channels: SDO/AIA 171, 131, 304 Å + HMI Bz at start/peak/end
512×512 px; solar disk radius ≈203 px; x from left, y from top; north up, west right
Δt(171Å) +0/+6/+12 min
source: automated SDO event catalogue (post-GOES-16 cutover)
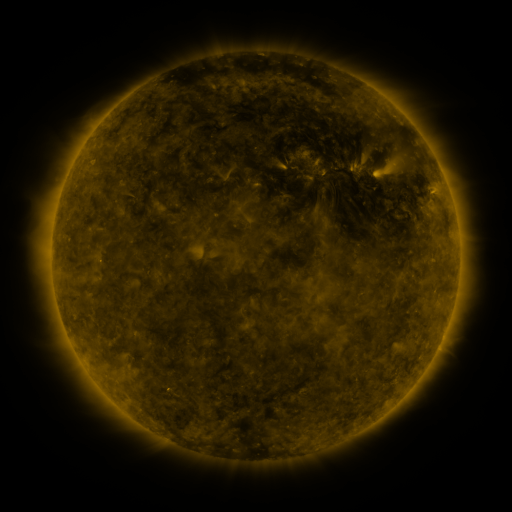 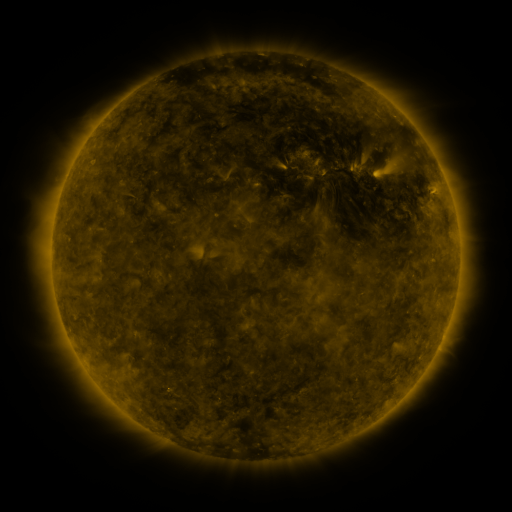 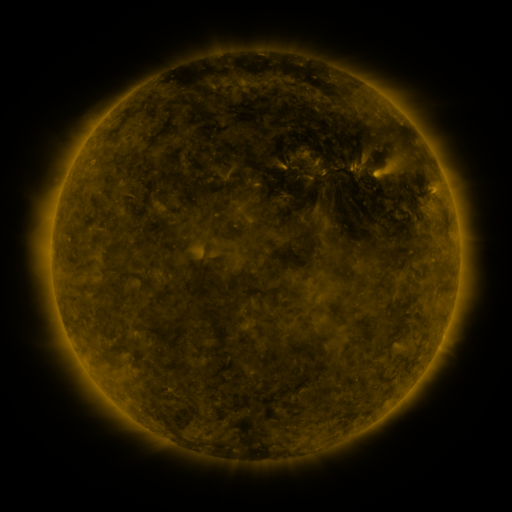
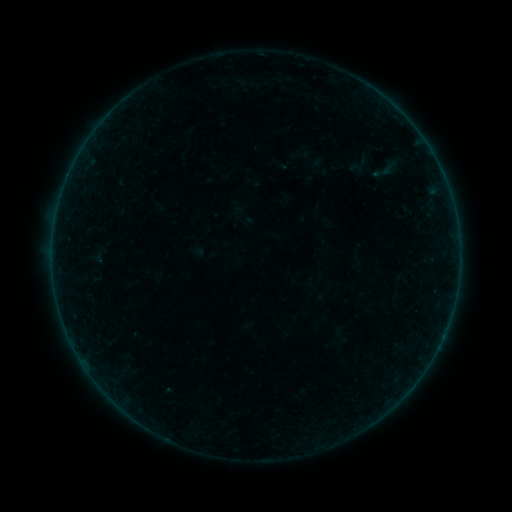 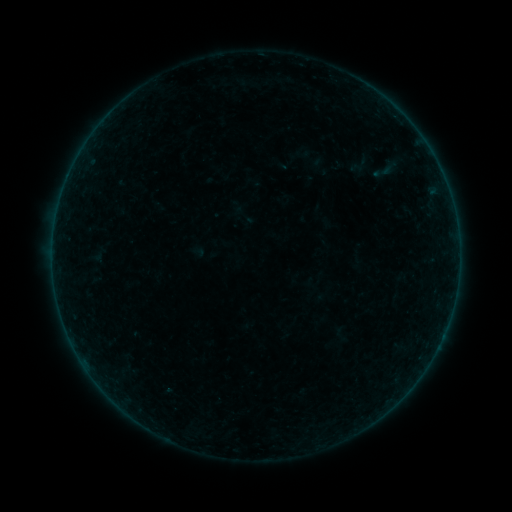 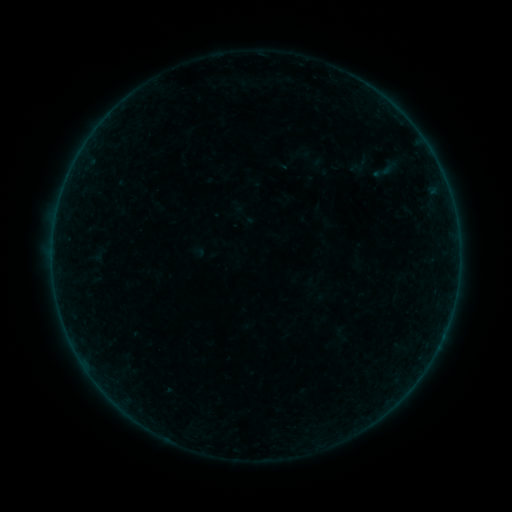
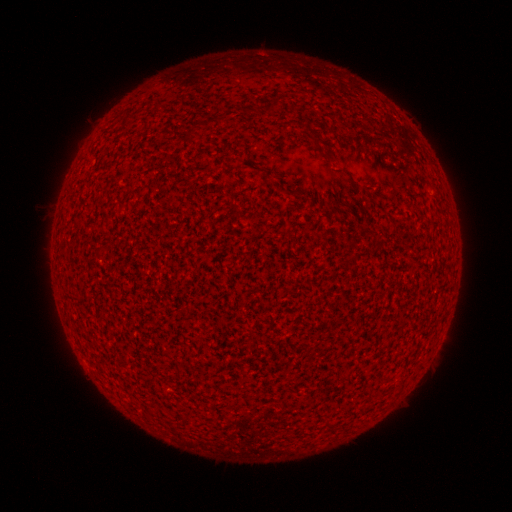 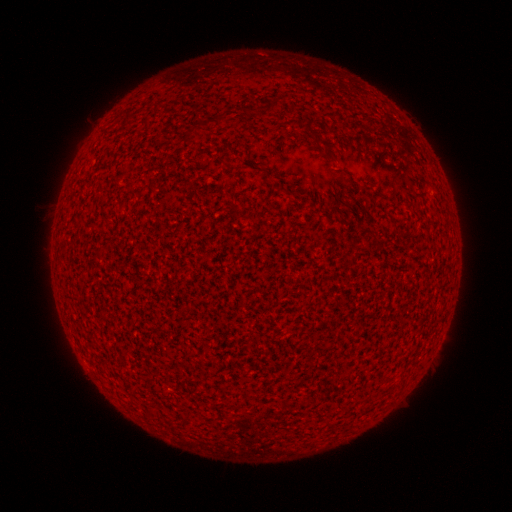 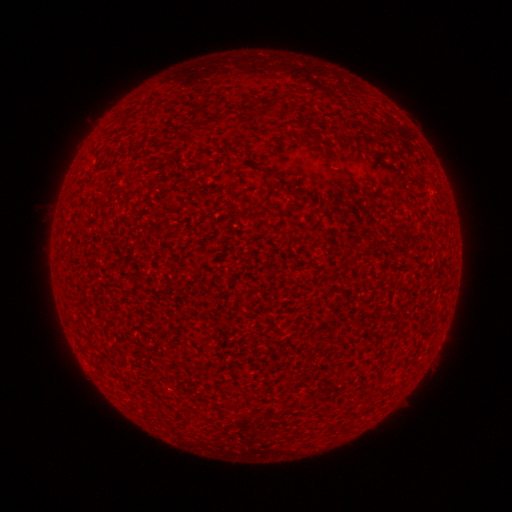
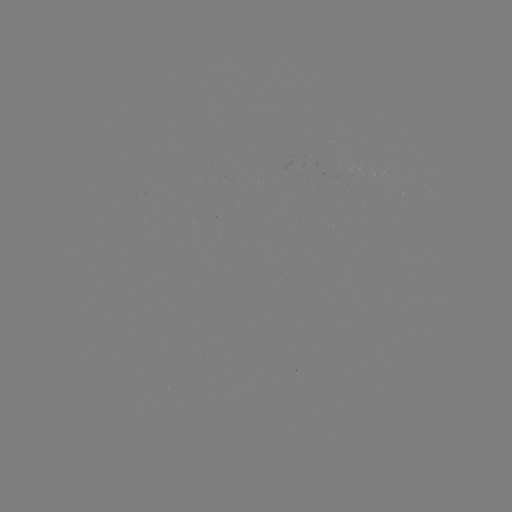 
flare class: A1.0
